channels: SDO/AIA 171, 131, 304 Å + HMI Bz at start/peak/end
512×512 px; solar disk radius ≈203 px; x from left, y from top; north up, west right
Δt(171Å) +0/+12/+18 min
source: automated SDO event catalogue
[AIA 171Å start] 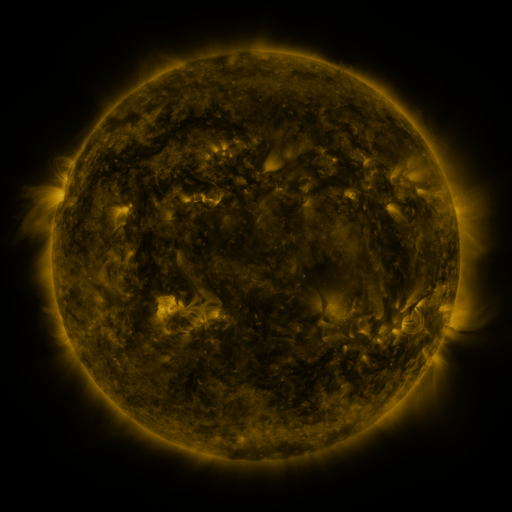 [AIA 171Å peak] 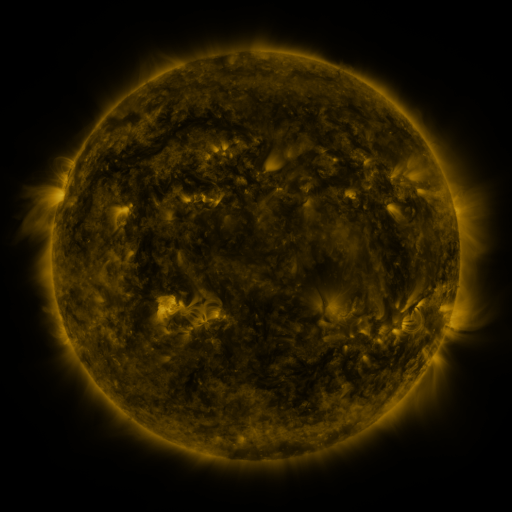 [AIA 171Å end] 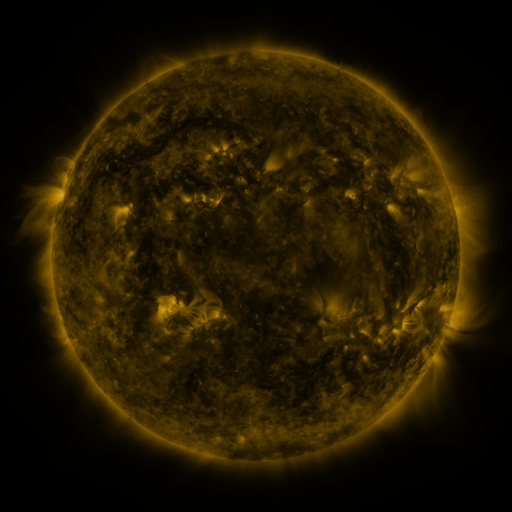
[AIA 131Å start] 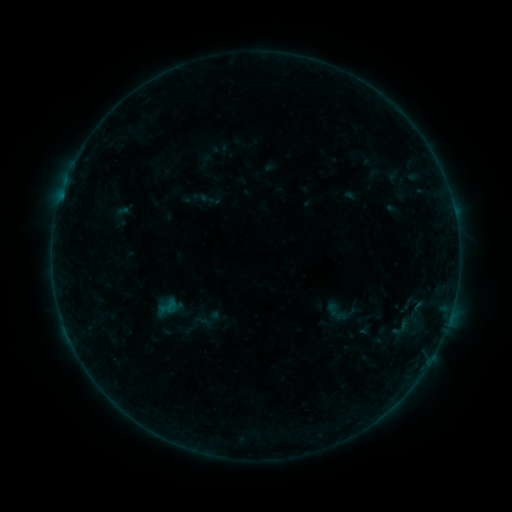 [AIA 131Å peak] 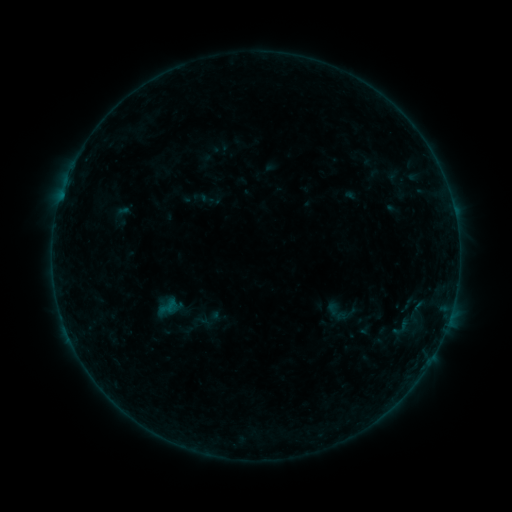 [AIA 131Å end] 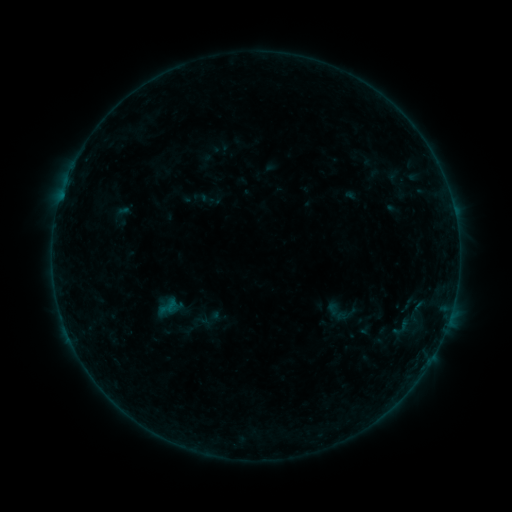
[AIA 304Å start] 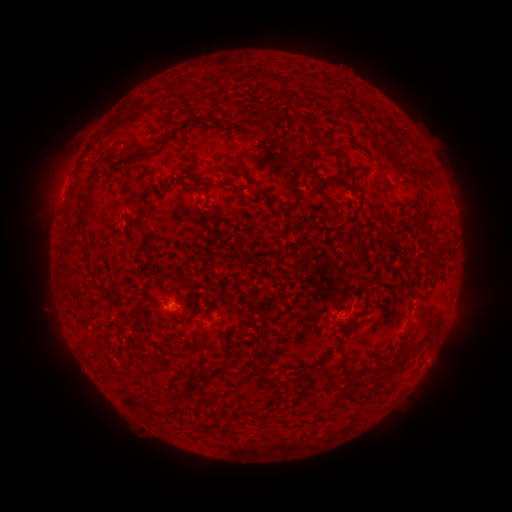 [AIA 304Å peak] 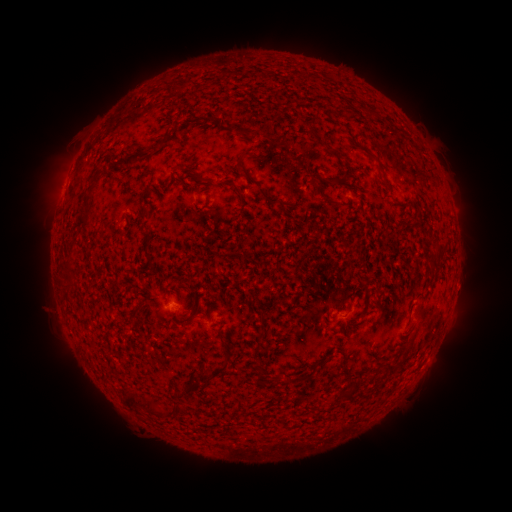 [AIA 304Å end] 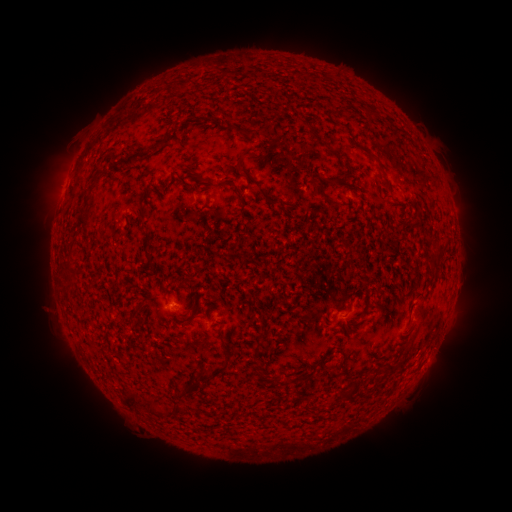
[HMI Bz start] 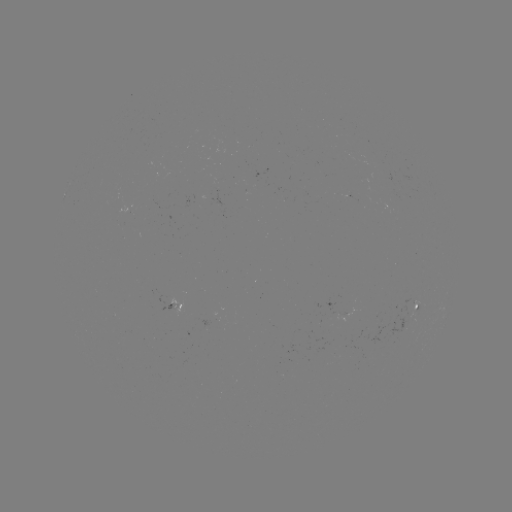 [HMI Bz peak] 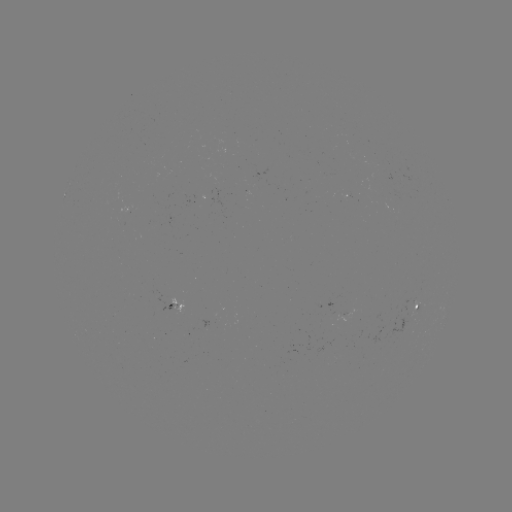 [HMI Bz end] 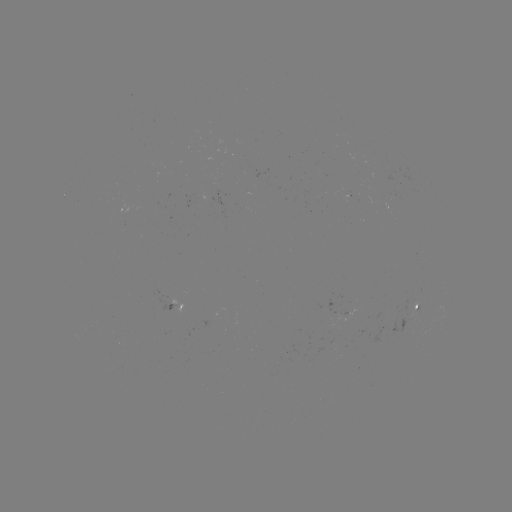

no flare in any classed list; no EUV-trigger detection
